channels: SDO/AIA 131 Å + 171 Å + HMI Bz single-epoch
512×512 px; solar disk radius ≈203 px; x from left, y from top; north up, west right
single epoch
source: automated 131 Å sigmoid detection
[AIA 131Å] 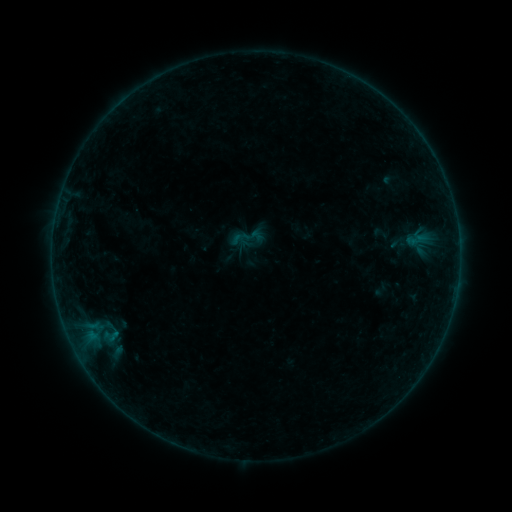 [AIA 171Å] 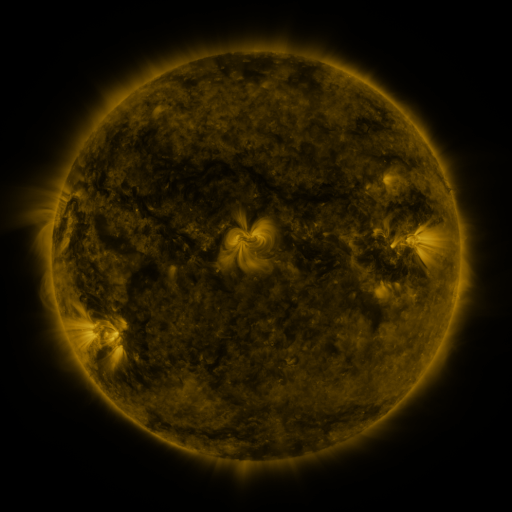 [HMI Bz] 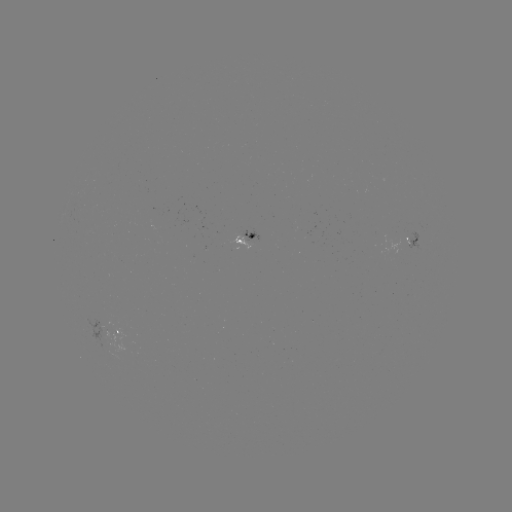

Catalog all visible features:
sigmoid: (249, 238)
